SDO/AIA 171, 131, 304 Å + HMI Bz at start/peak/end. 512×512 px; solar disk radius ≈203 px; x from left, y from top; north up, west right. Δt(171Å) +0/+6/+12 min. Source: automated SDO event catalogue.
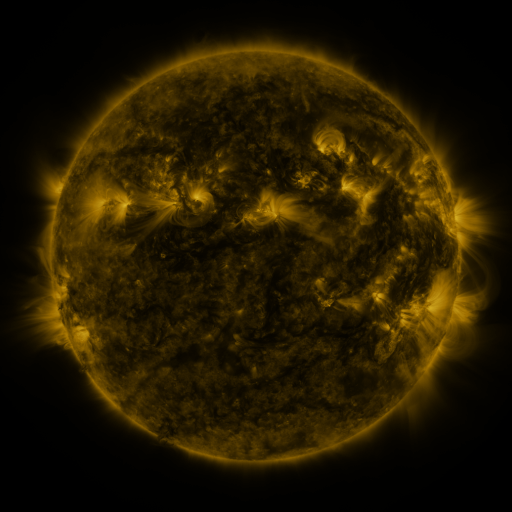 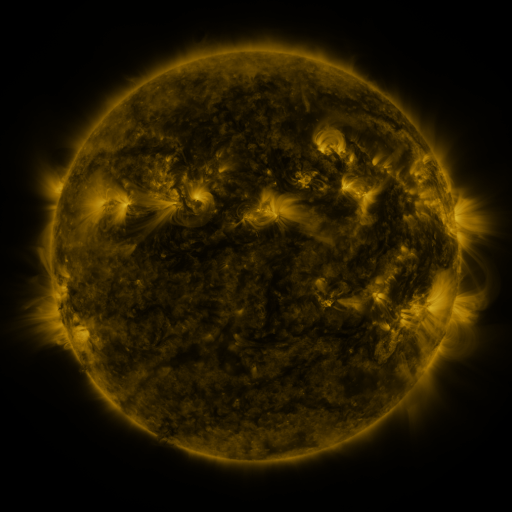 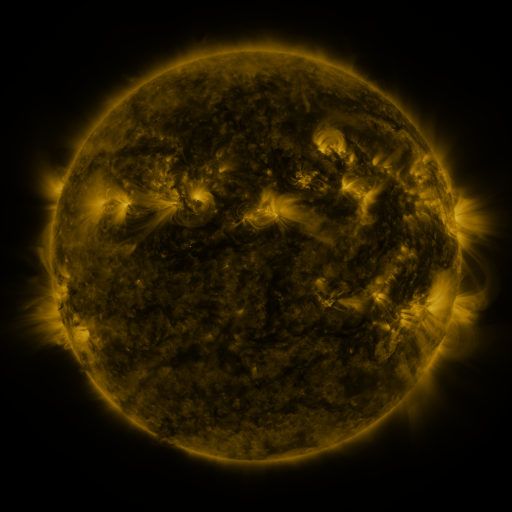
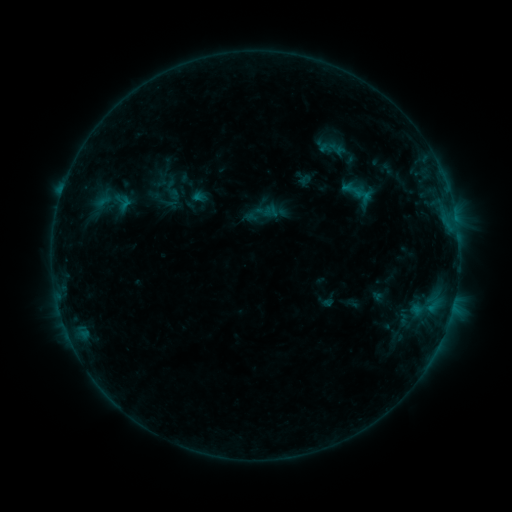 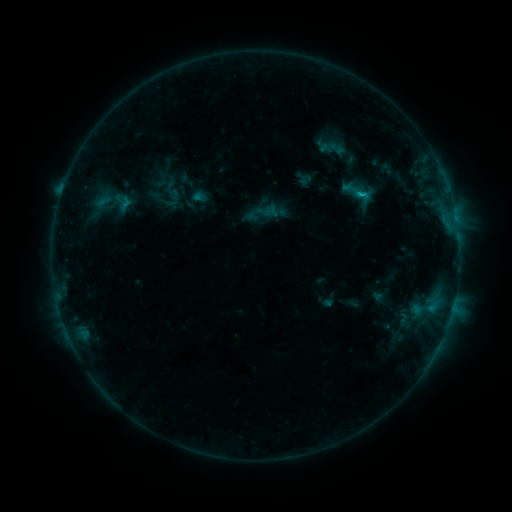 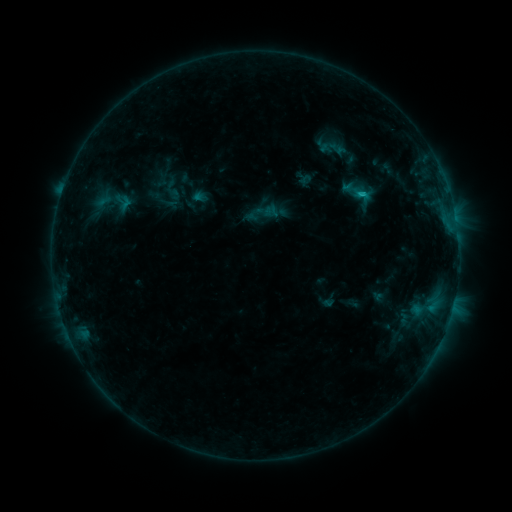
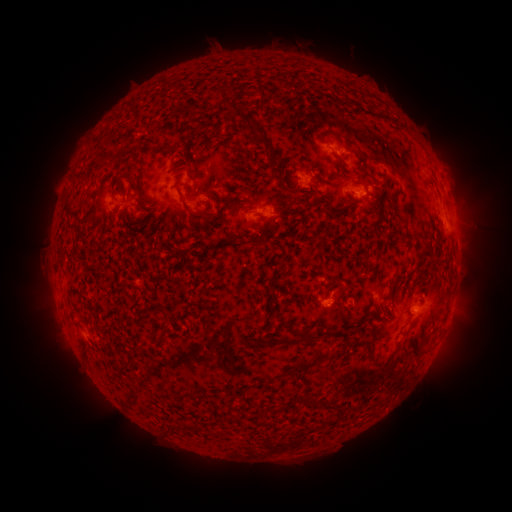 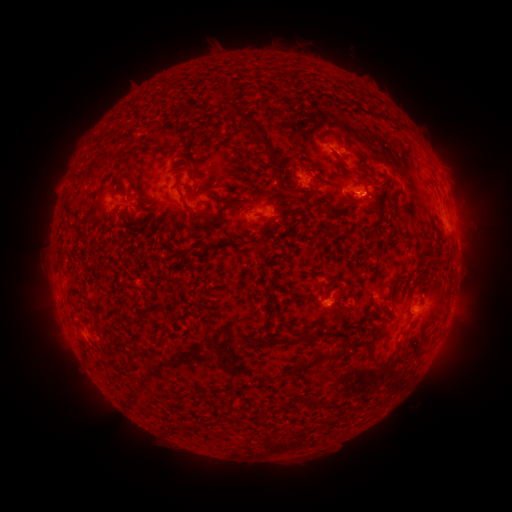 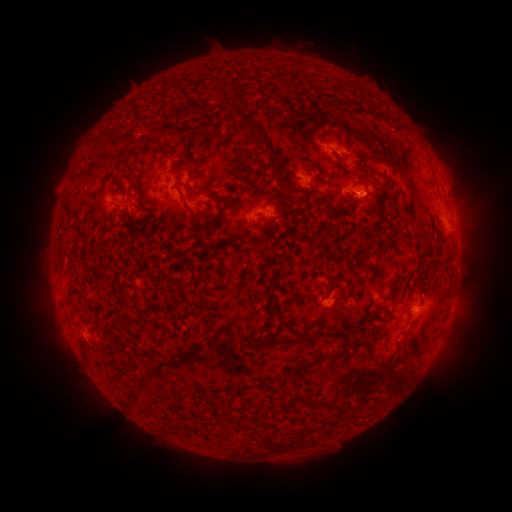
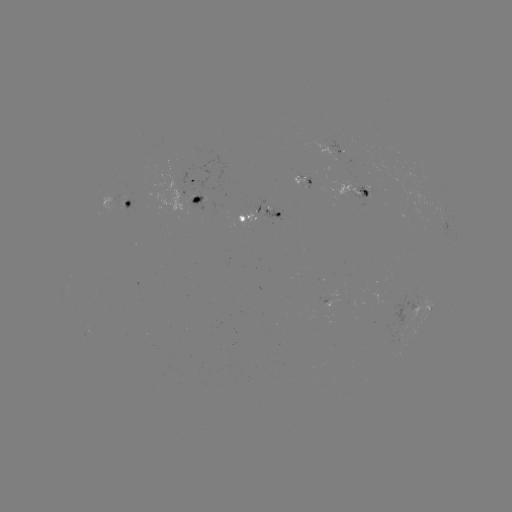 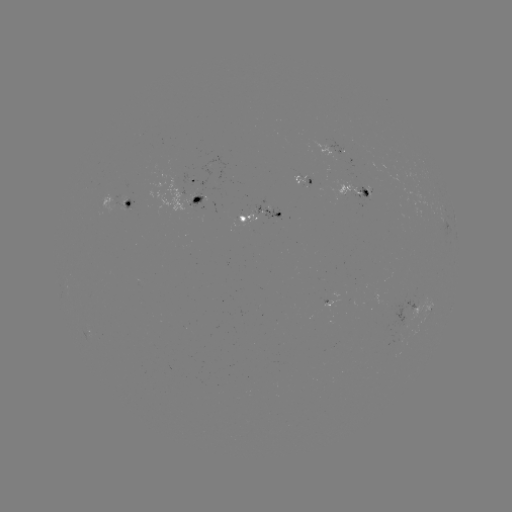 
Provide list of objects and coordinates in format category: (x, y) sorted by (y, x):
B6.7 flare: (359, 195)
